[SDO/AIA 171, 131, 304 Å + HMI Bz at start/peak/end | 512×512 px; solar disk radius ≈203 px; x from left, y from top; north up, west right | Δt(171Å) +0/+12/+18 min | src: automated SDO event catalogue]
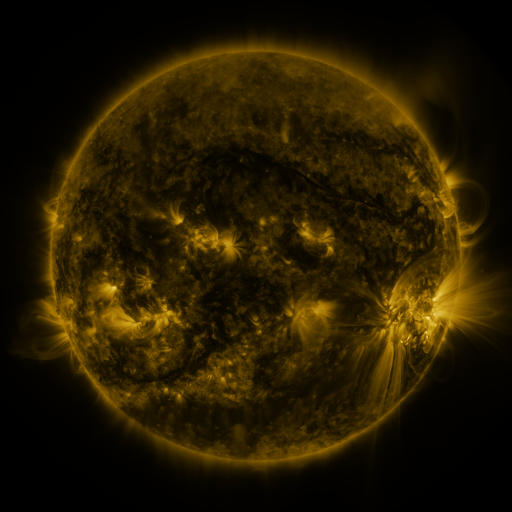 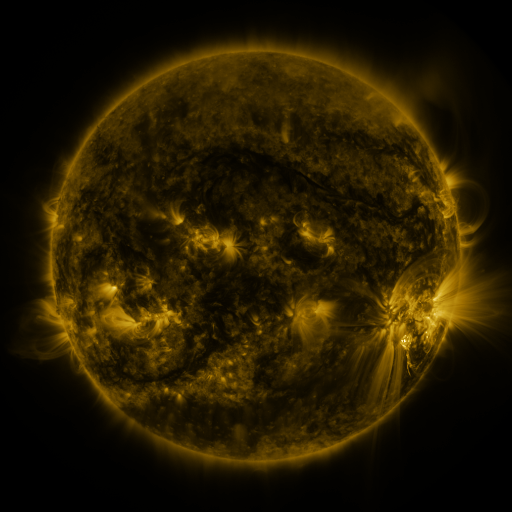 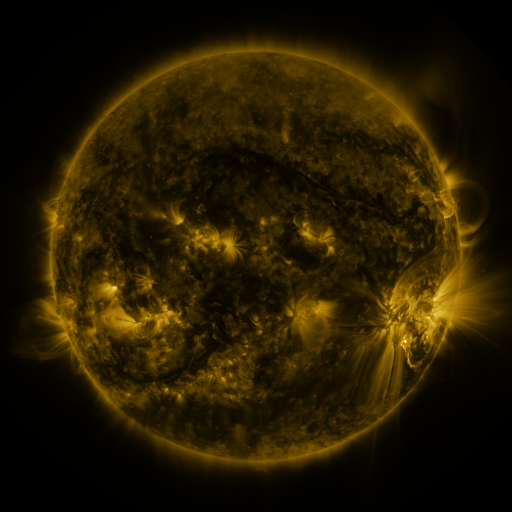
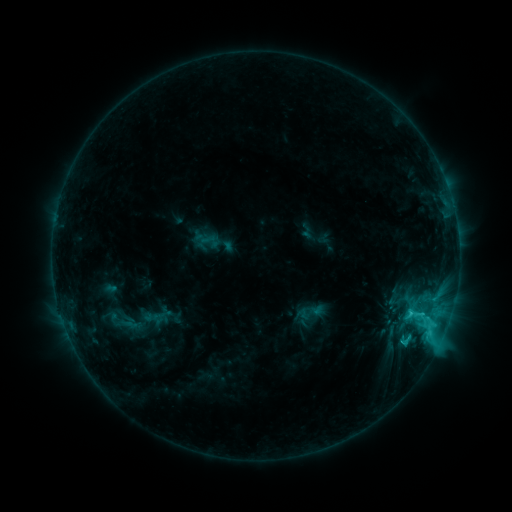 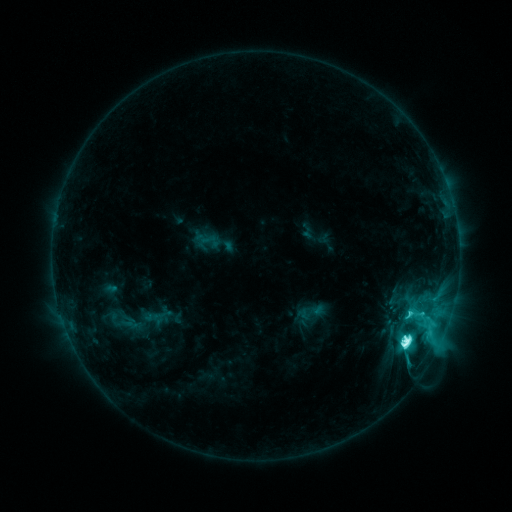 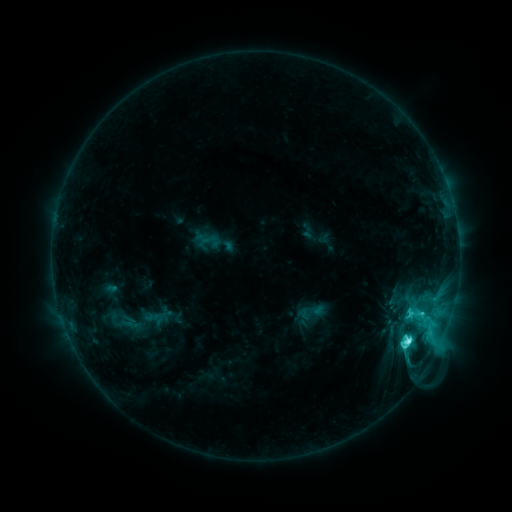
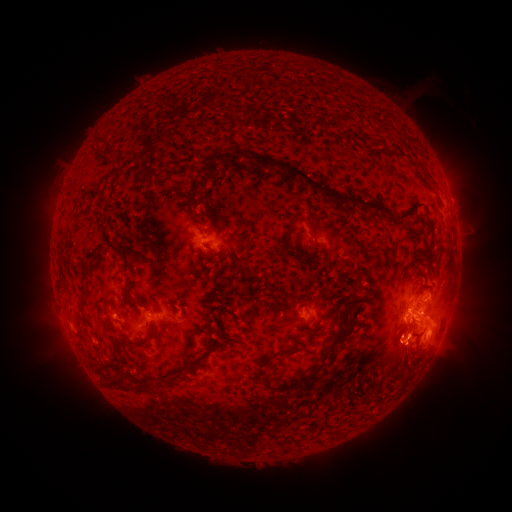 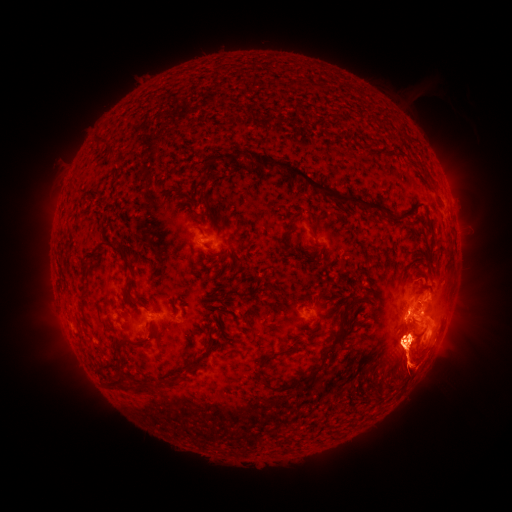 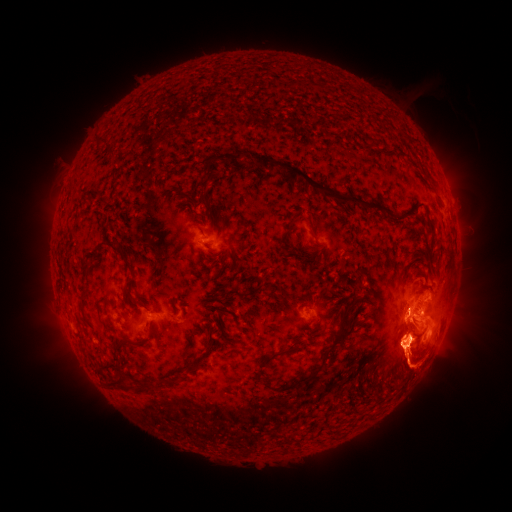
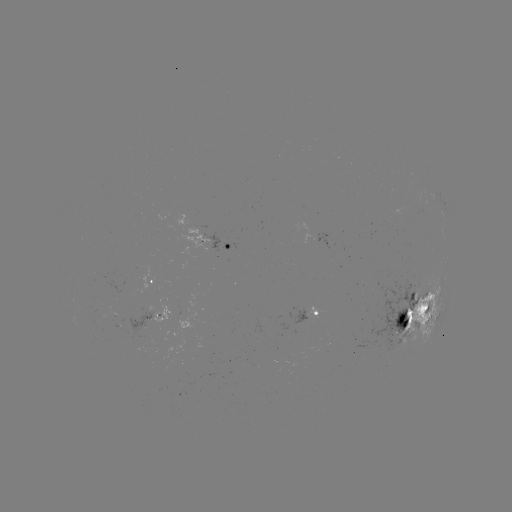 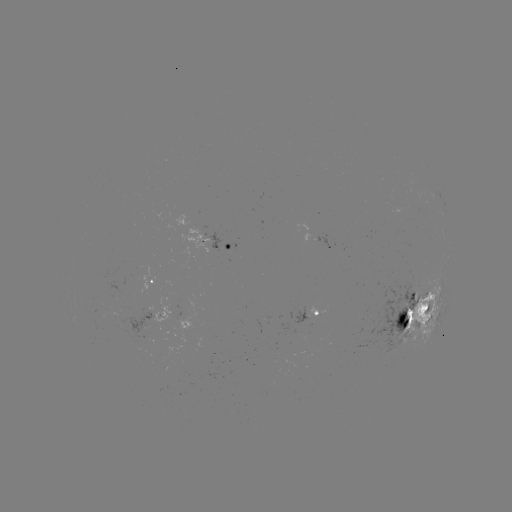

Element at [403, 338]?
M1.4 flare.